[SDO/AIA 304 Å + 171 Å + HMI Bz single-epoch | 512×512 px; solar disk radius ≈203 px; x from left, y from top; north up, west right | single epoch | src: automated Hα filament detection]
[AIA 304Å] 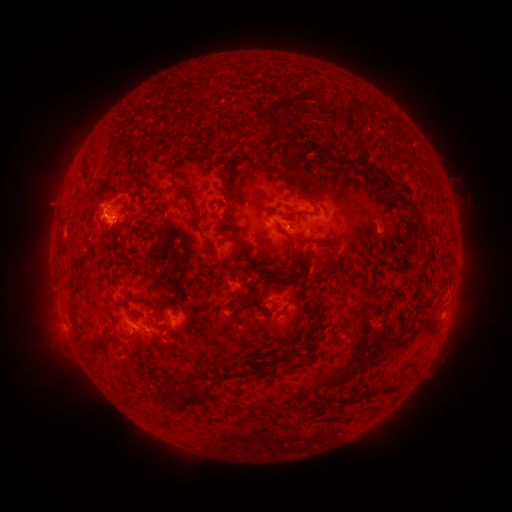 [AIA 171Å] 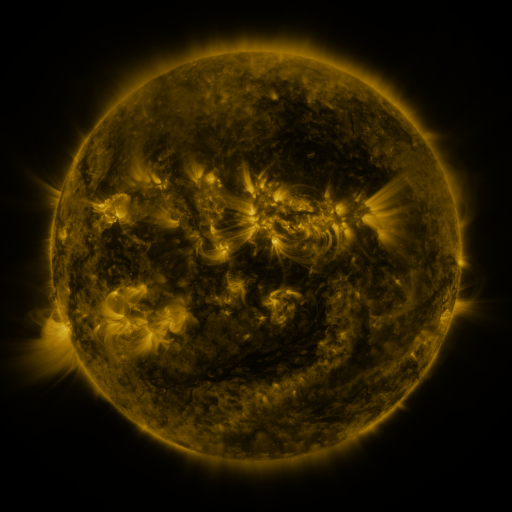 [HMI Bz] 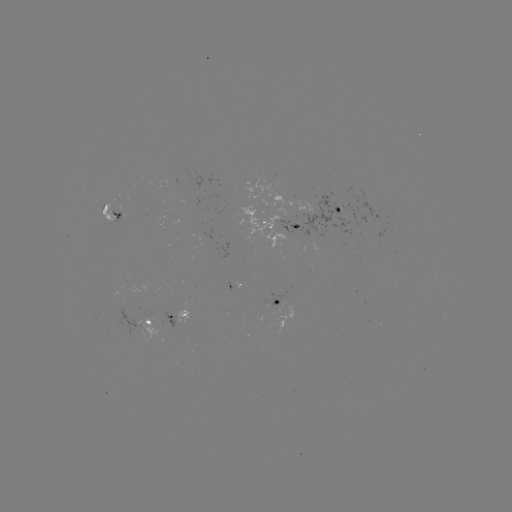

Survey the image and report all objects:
filament: (259, 98, 290, 142)
filament: (336, 103, 357, 138)
filament: (286, 119, 296, 129)
filament: (110, 141, 118, 161)
filament: (164, 148, 177, 176)
filament: (384, 152, 399, 163)
filament: (354, 154, 372, 173)
filament: (276, 172, 318, 203)
filament: (92, 184, 101, 198)
filament: (175, 186, 186, 196)
filament: (138, 196, 147, 204)
filament: (408, 203, 422, 217)
filament: (183, 206, 199, 232)
filament: (137, 219, 147, 234)
filament: (285, 232, 316, 244)
filament: (76, 243, 92, 268)
filament: (369, 271, 377, 292)
filament: (125, 291, 148, 306)
filament: (243, 299, 256, 308)
filament: (69, 303, 79, 318)
filament: (305, 313, 321, 346)
filament: (115, 332, 134, 348)
filament: (82, 339, 108, 355)
filament: (176, 380, 219, 414)
filament: (363, 383, 378, 398)
filament: (159, 386, 172, 404)
filament: (138, 389, 150, 401)
filament: (331, 394, 358, 403)
